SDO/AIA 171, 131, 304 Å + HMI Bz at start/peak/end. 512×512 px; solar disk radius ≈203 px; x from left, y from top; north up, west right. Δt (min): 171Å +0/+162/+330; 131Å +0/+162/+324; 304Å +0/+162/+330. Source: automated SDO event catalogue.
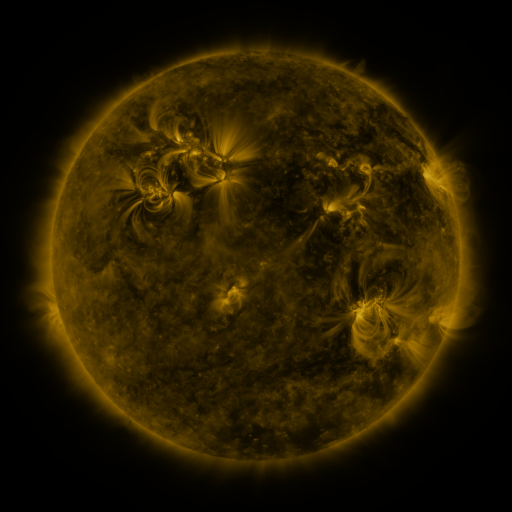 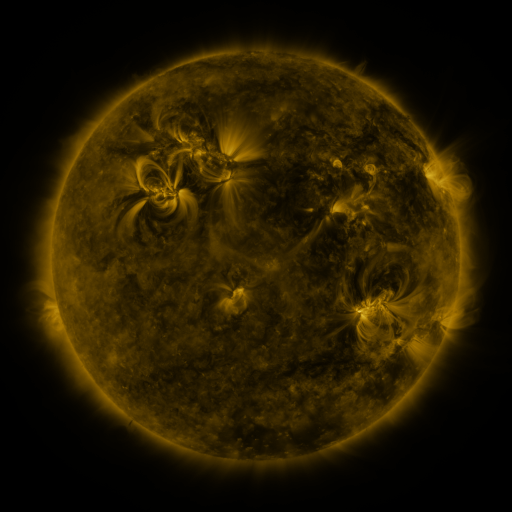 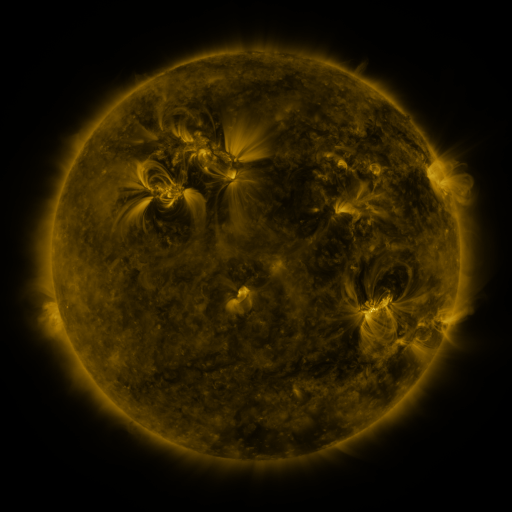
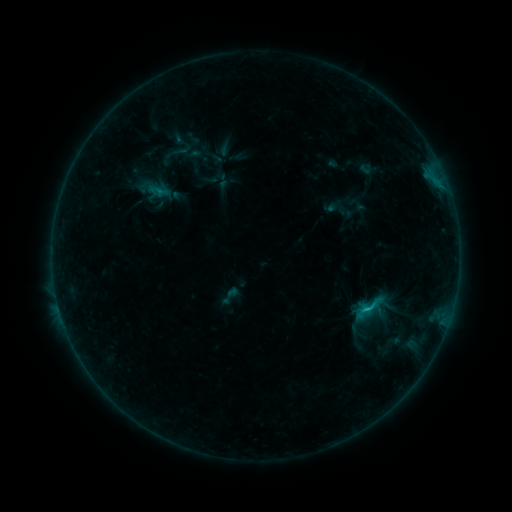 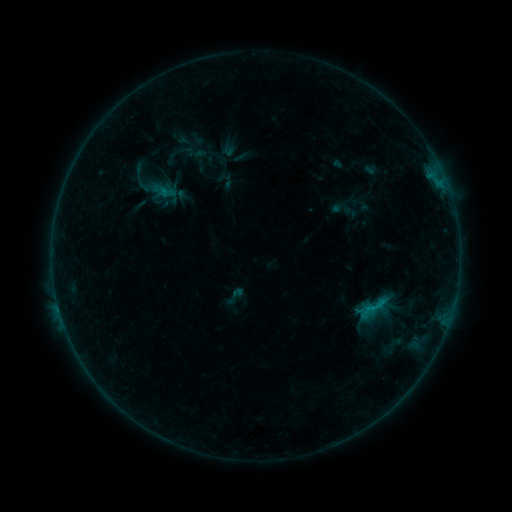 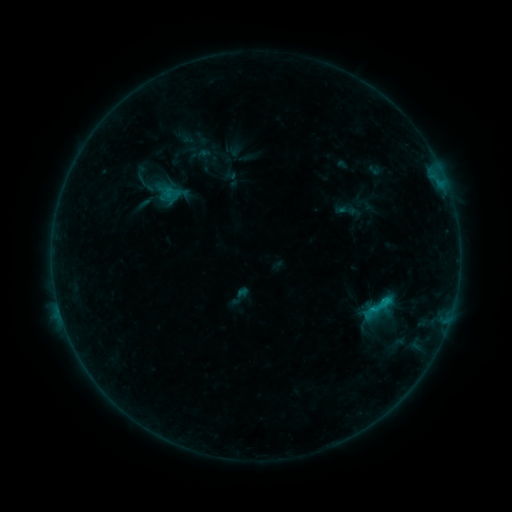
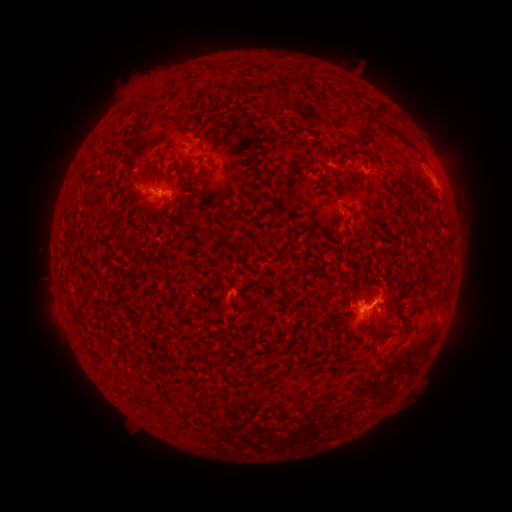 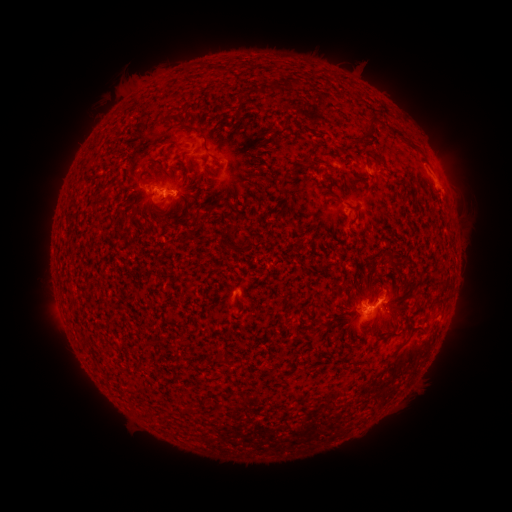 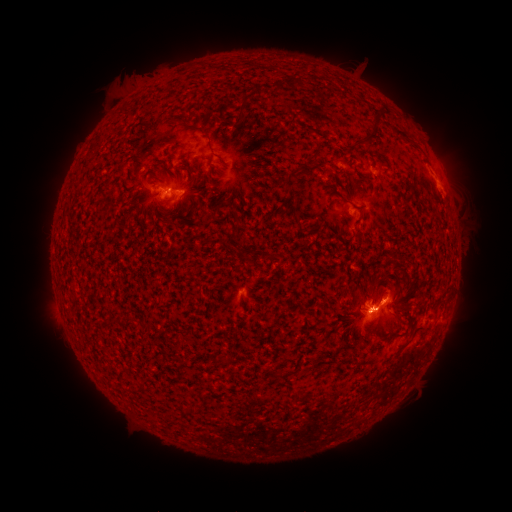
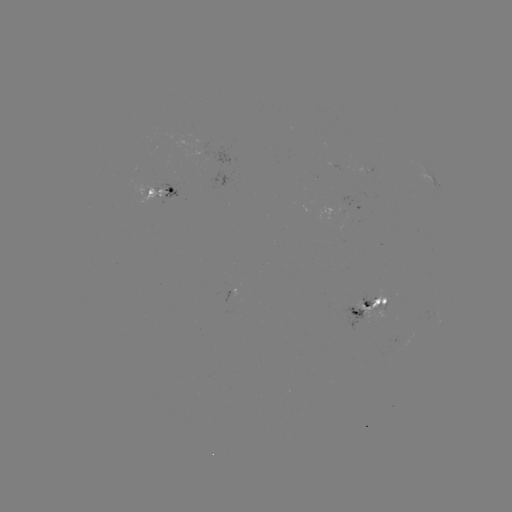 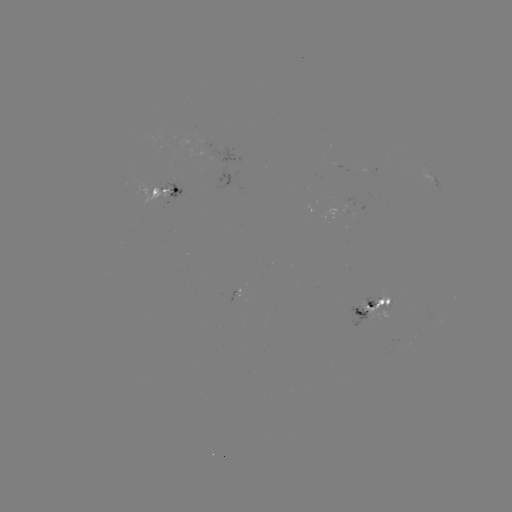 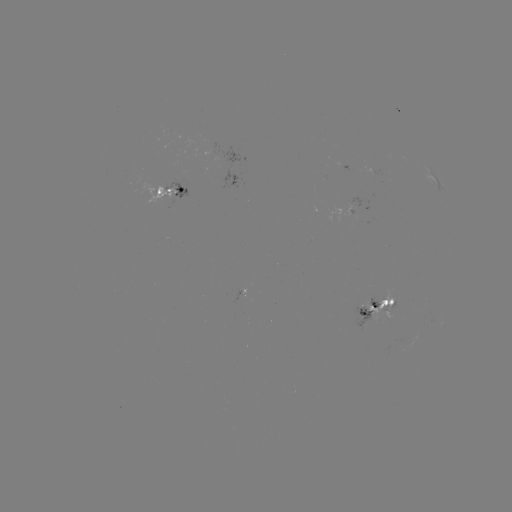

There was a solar filament eruption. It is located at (425, 305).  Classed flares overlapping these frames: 4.